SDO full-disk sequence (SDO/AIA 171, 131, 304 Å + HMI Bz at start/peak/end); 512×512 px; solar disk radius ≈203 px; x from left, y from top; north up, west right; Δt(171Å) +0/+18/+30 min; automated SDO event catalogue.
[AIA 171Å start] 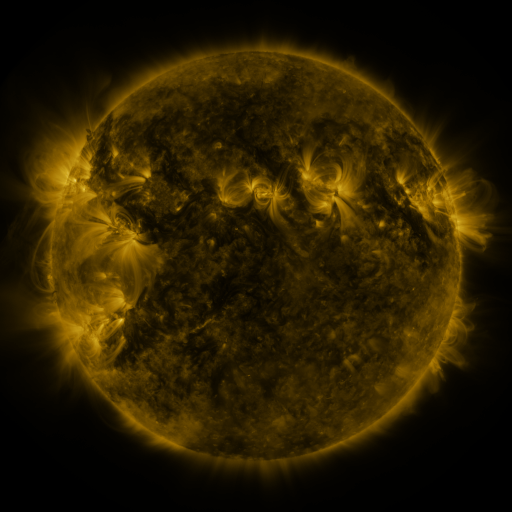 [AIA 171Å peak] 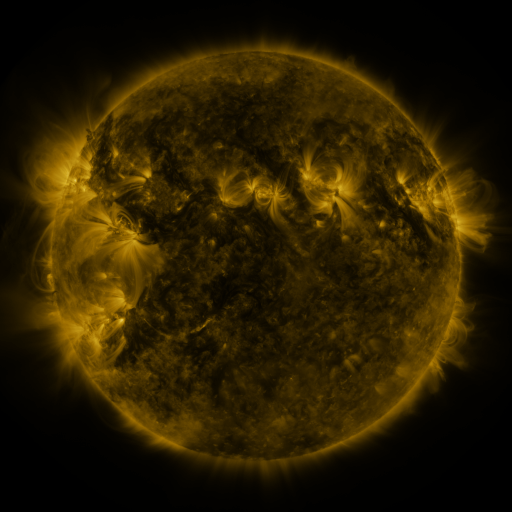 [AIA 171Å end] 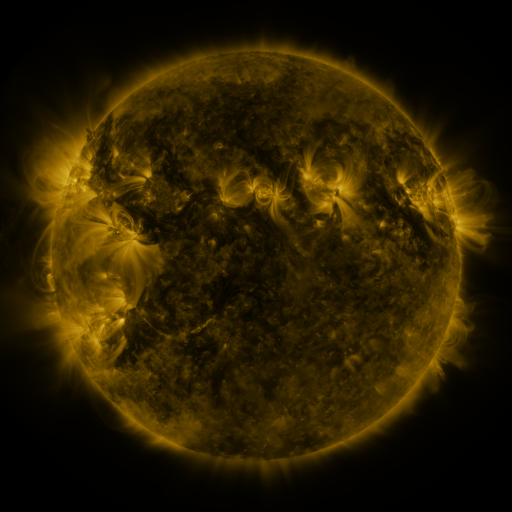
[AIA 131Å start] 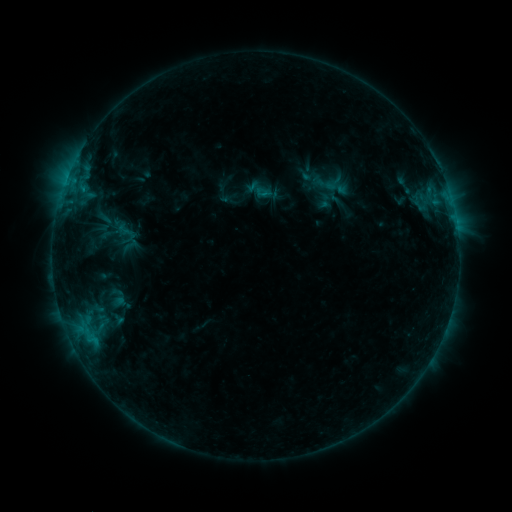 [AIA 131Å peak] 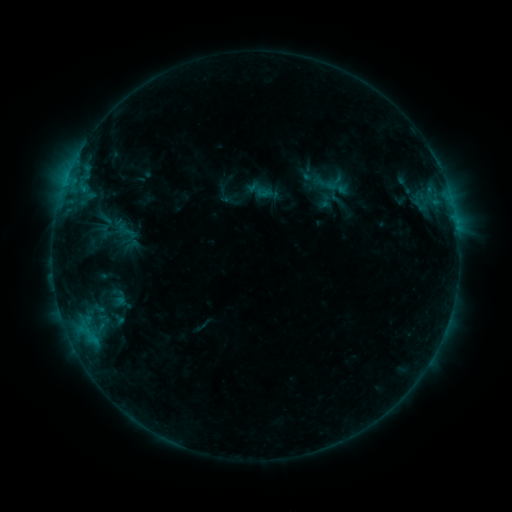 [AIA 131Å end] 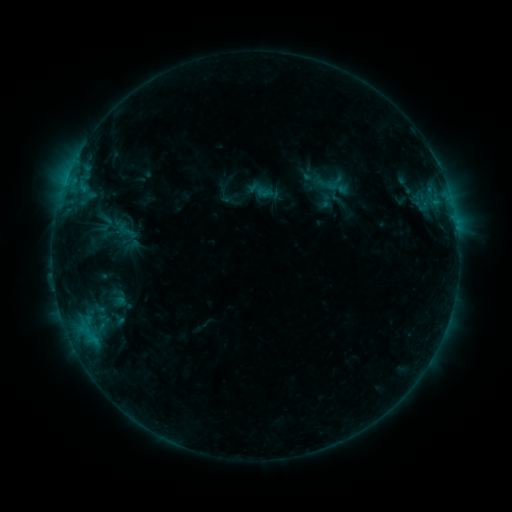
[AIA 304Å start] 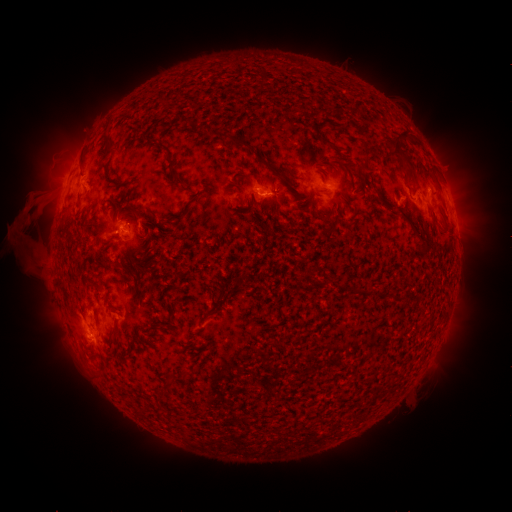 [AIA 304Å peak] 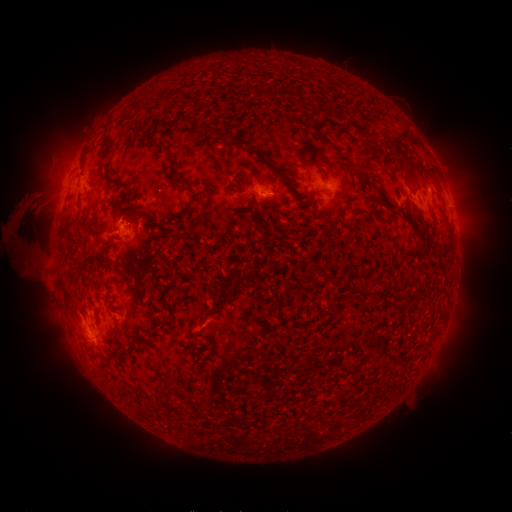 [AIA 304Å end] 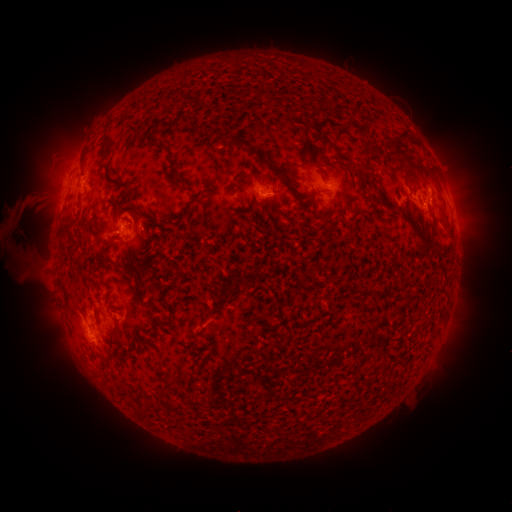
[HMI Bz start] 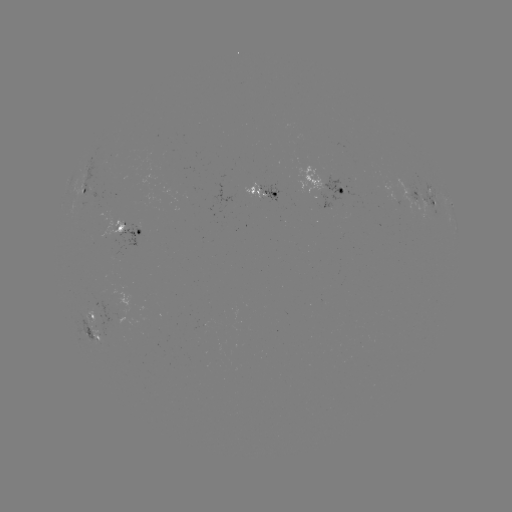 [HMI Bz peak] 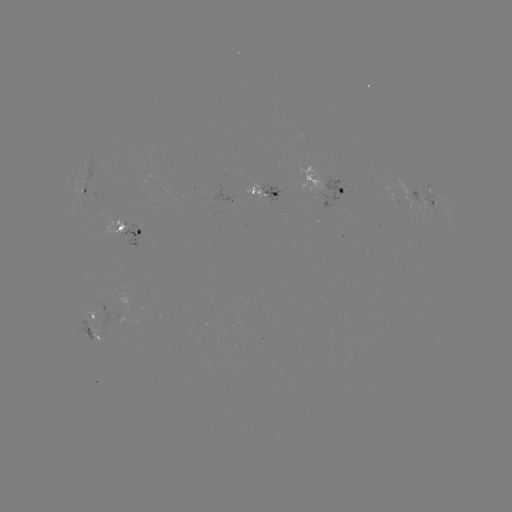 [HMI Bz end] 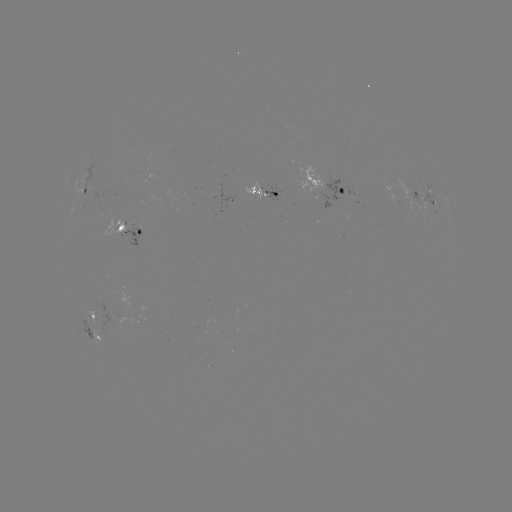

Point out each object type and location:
eruption: (22, 221)
